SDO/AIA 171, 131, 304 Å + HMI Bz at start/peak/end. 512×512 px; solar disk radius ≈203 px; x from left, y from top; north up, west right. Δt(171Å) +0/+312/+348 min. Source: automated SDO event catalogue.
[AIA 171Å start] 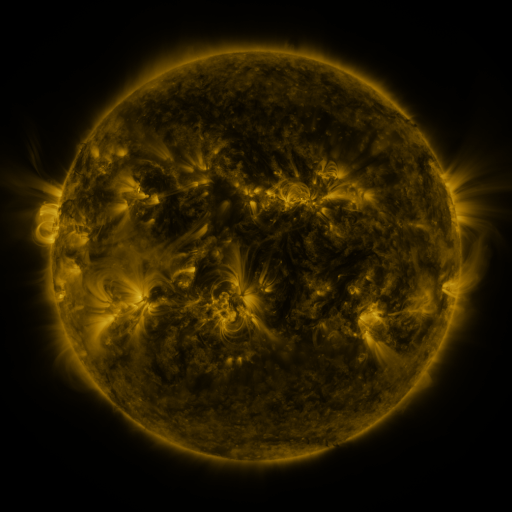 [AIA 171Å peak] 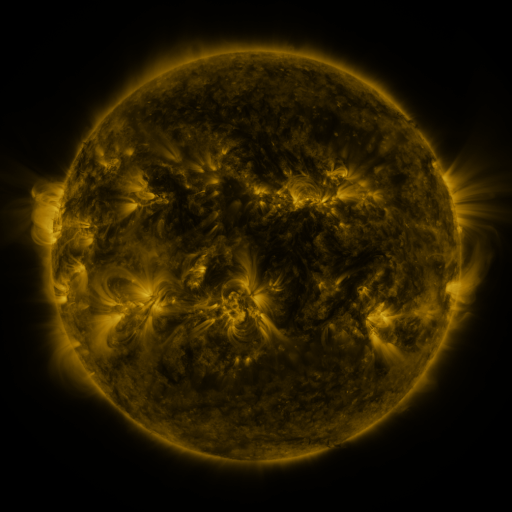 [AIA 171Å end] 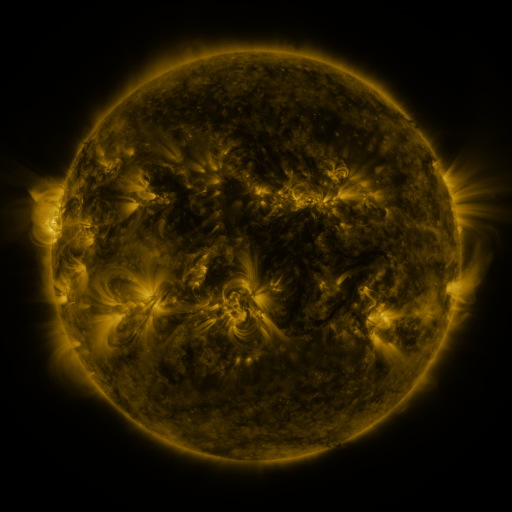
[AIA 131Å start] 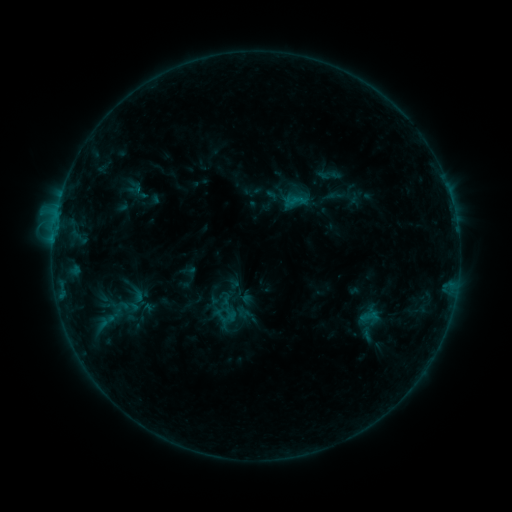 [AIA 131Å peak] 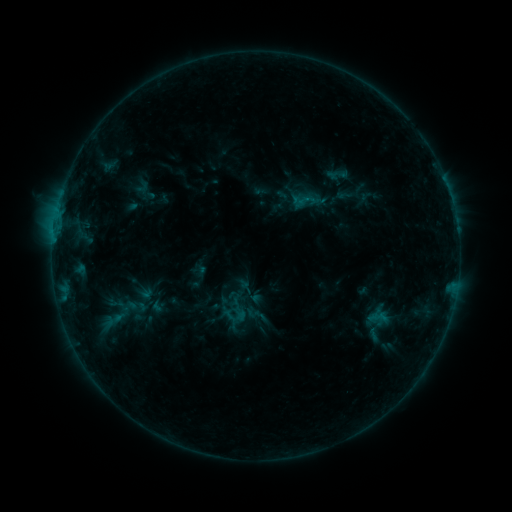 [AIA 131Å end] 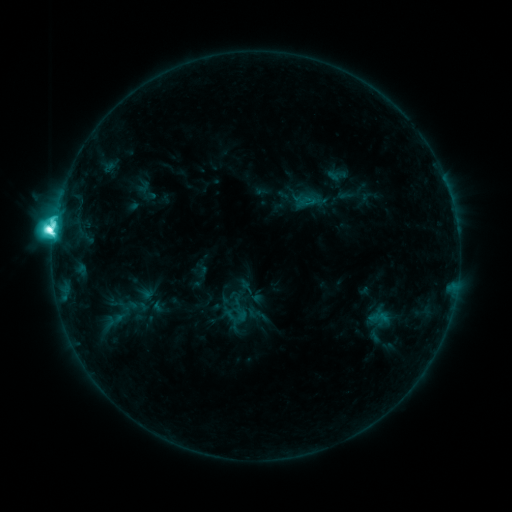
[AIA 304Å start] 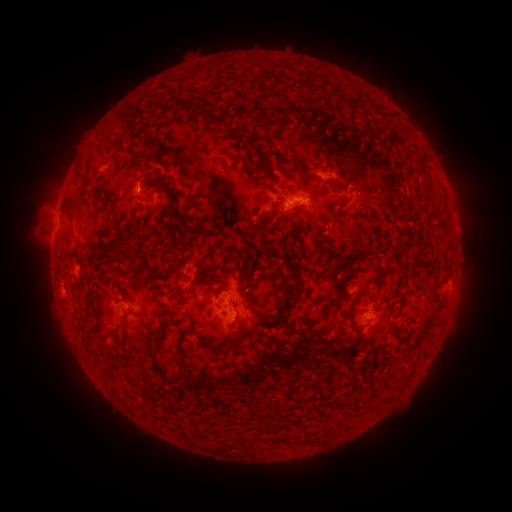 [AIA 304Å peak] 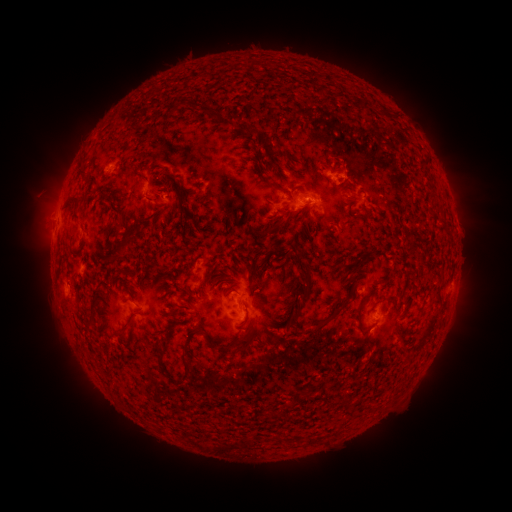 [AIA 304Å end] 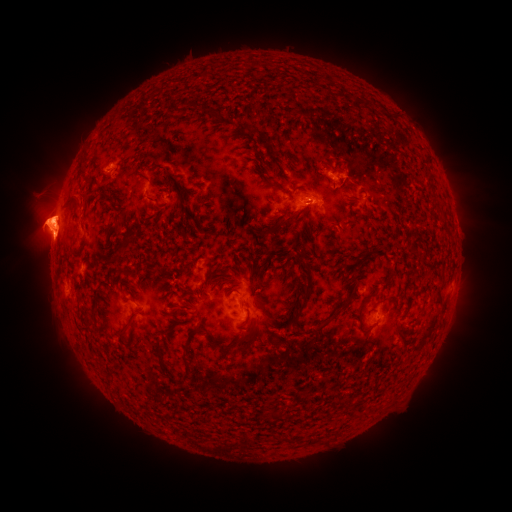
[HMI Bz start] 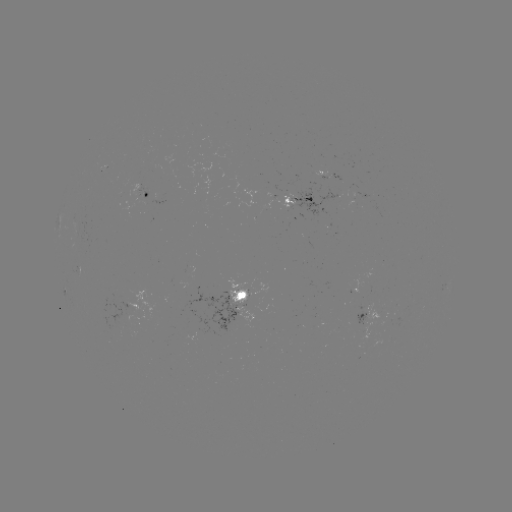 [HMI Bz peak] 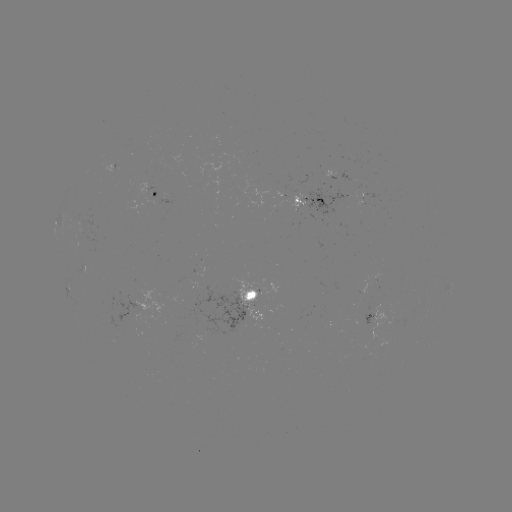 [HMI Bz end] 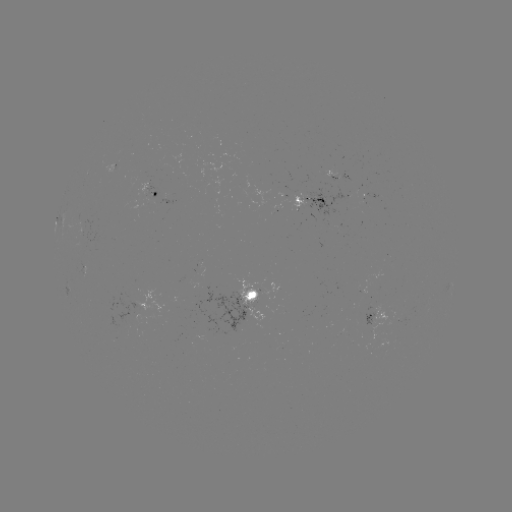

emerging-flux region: (233, 276, 263, 321)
